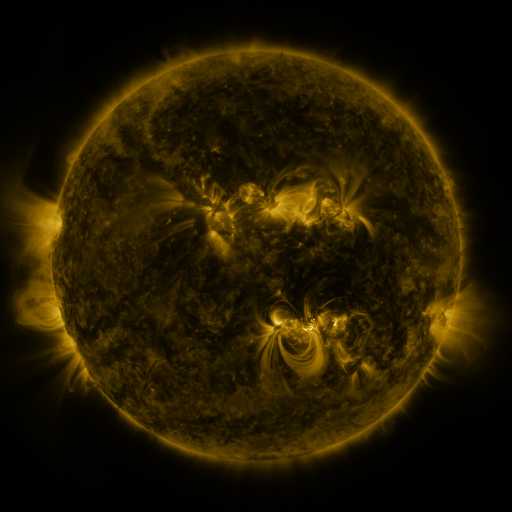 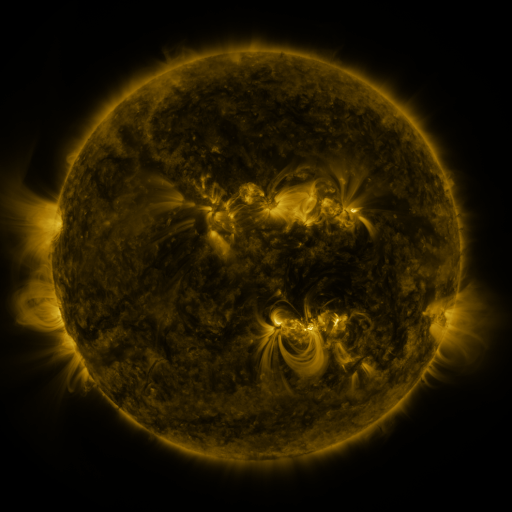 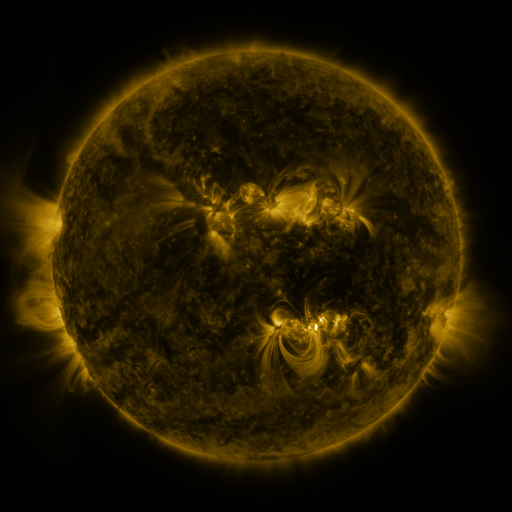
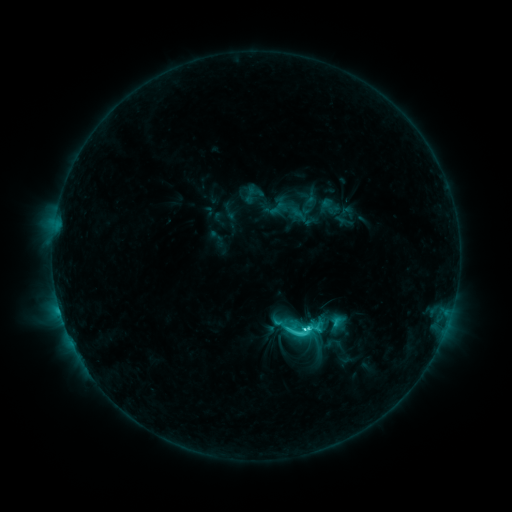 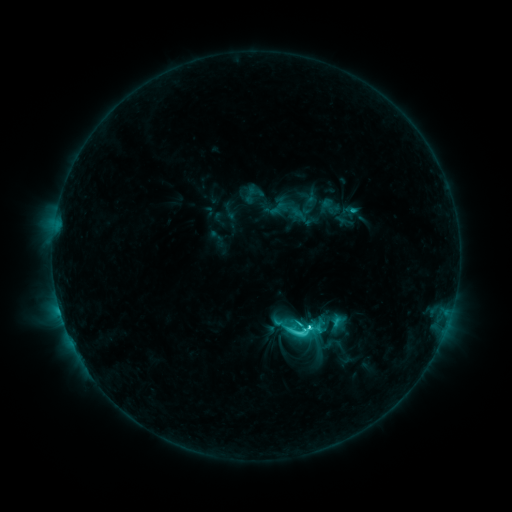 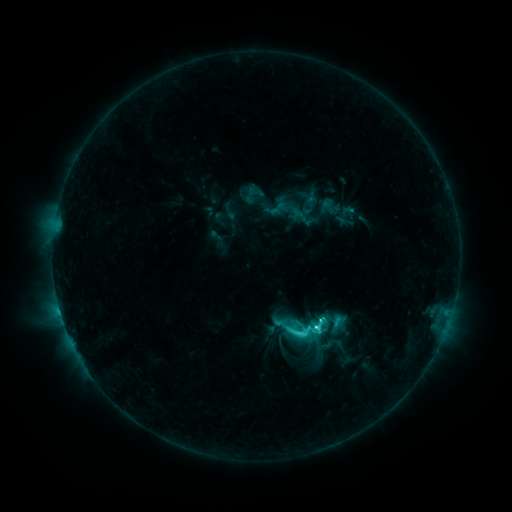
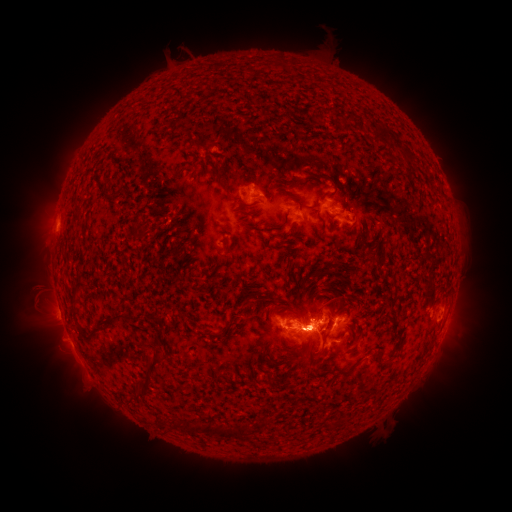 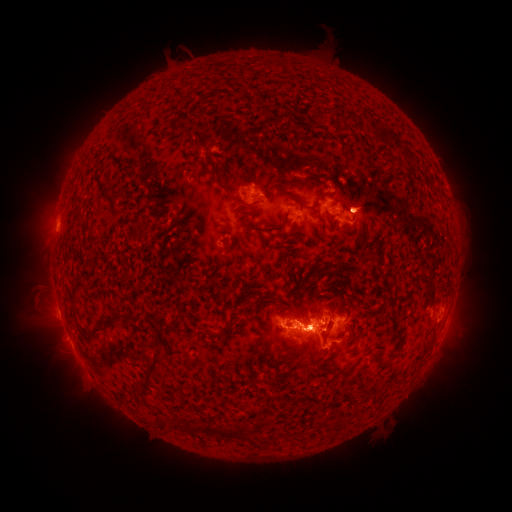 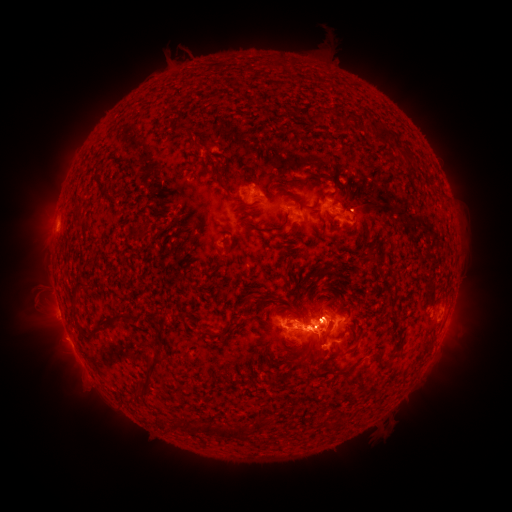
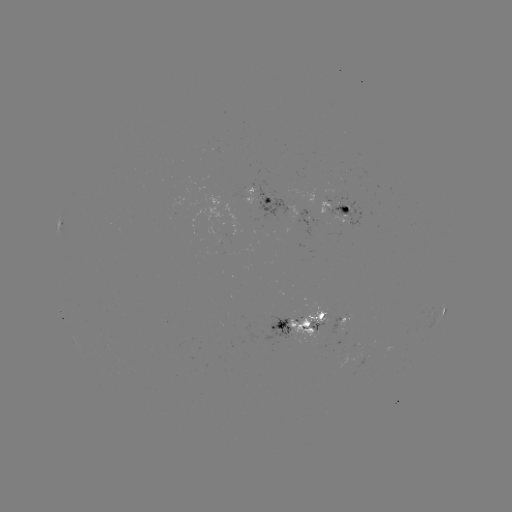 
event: eruption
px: (459, 332)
